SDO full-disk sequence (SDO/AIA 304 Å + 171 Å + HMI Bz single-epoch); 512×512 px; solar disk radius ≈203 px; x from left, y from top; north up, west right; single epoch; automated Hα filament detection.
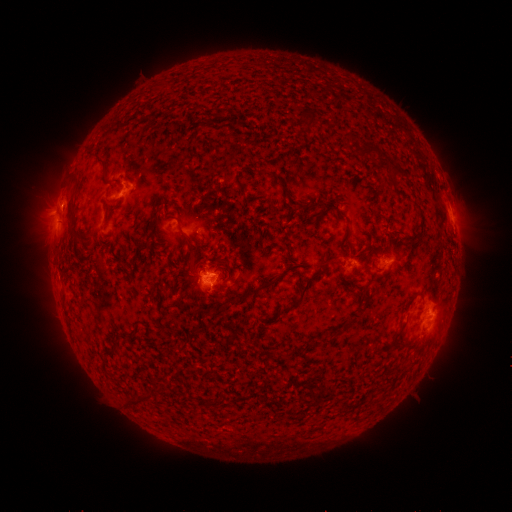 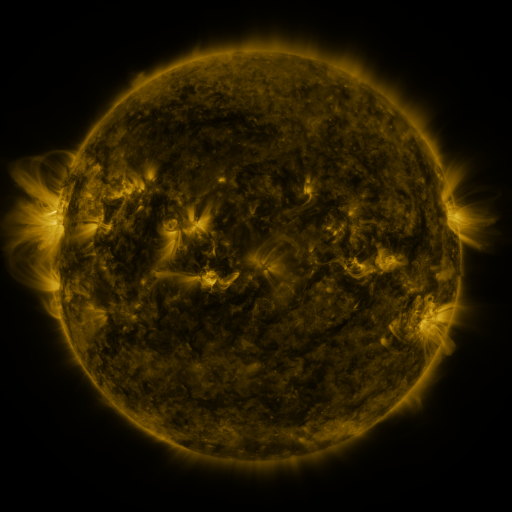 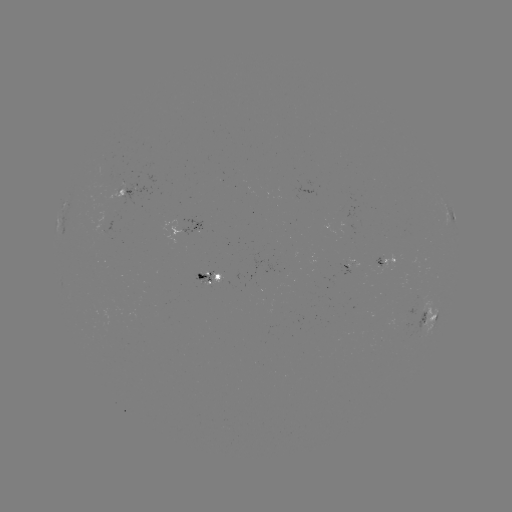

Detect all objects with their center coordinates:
filament: (306, 109, 322, 128)
filament: (143, 111, 165, 120)
filament: (358, 142, 383, 157)
filament: (97, 158, 107, 170)
filament: (390, 163, 409, 178)
filament: (66, 194, 78, 228)
filament: (324, 204, 347, 218)
filament: (345, 237, 353, 252)
filament: (188, 242, 196, 257)
filament: (324, 256, 339, 264)
filament: (281, 268, 324, 312)
filament: (196, 272, 204, 289)
filament: (249, 278, 276, 294)
filament: (343, 319, 355, 330)
filament: (103, 348, 116, 356)
filament: (307, 385, 315, 397)
filament: (125, 392, 151, 406)
filament: (200, 398, 209, 407)
